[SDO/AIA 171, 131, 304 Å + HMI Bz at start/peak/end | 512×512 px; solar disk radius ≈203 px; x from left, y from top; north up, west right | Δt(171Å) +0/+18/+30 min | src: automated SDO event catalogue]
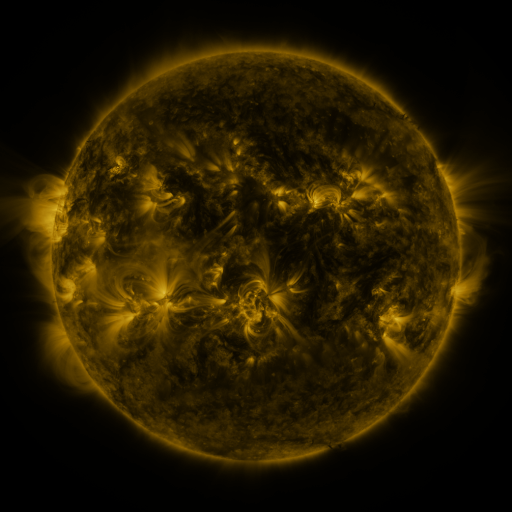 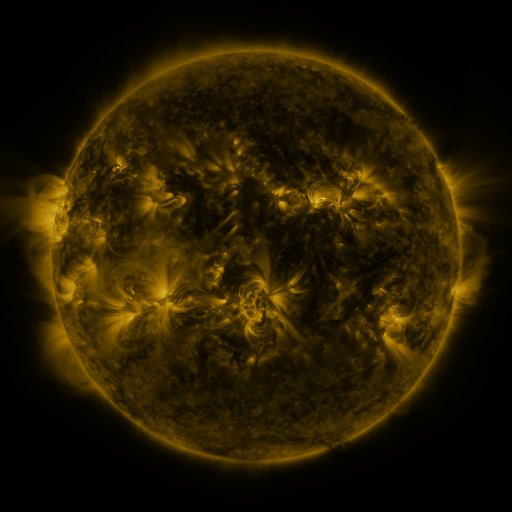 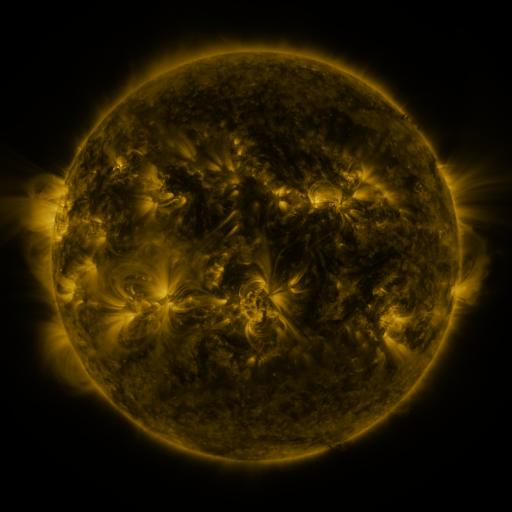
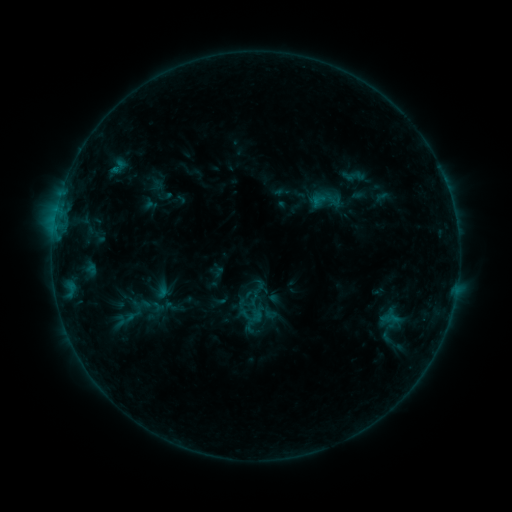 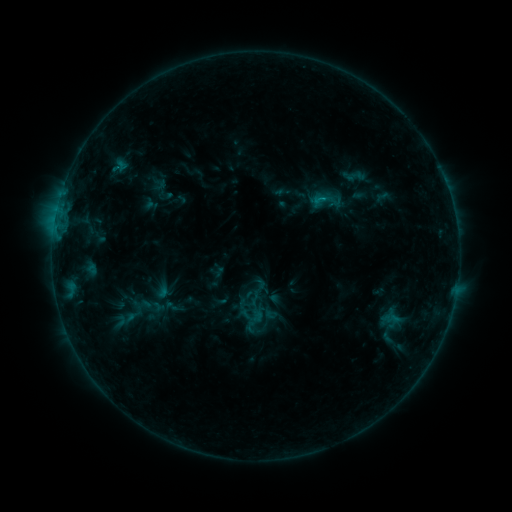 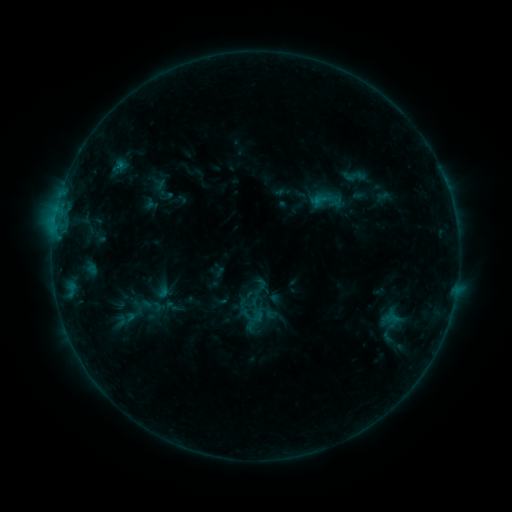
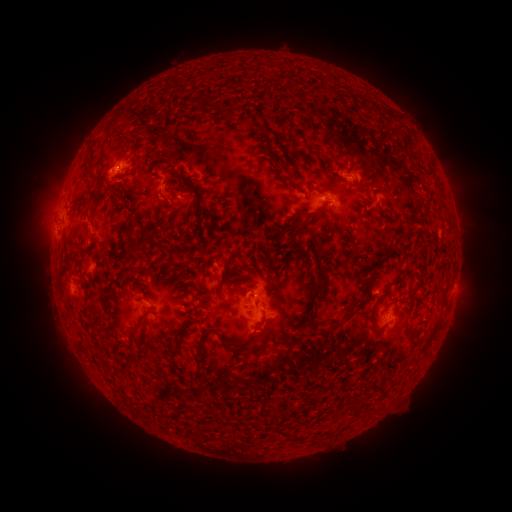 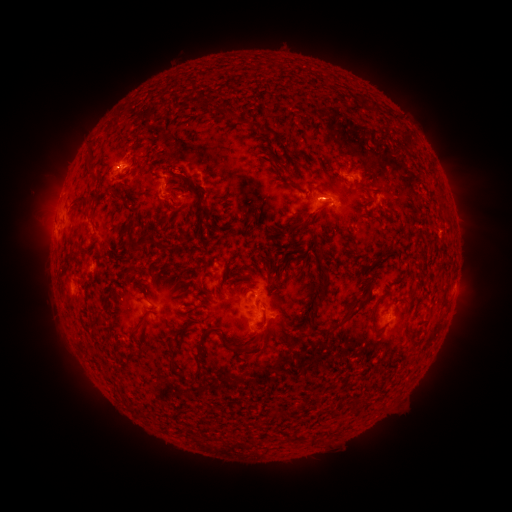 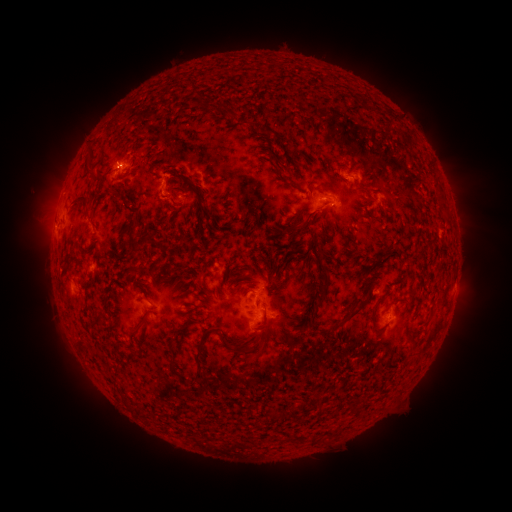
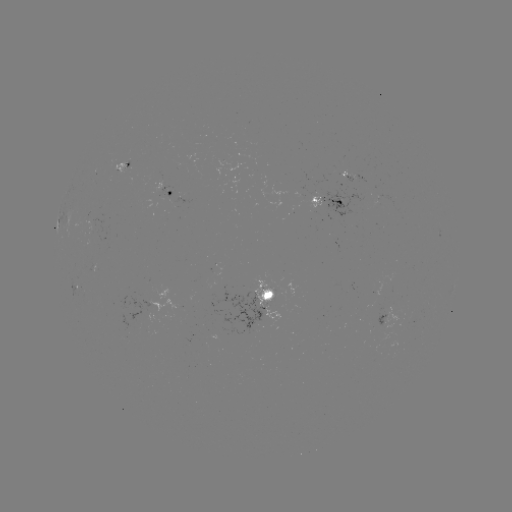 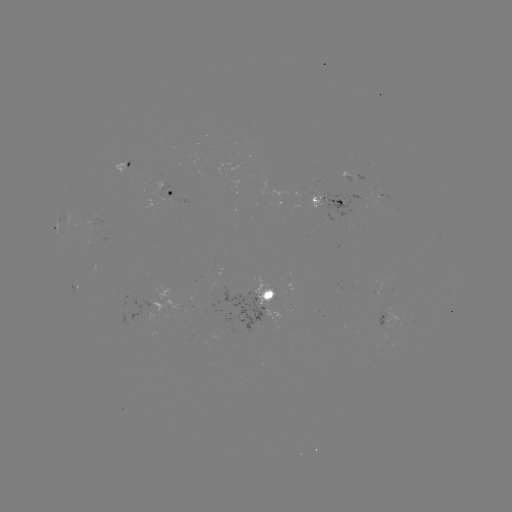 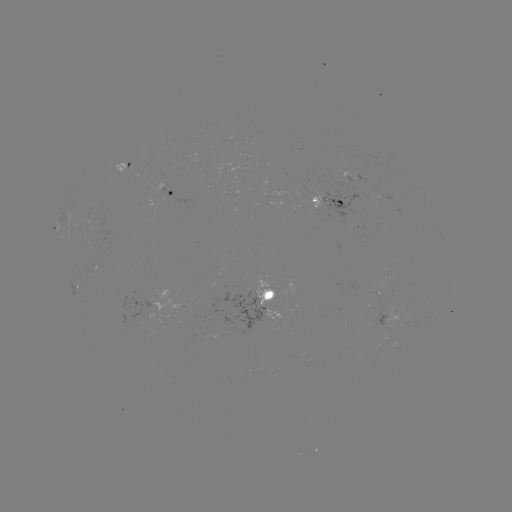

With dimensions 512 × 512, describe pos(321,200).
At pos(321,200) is B5.4 flare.